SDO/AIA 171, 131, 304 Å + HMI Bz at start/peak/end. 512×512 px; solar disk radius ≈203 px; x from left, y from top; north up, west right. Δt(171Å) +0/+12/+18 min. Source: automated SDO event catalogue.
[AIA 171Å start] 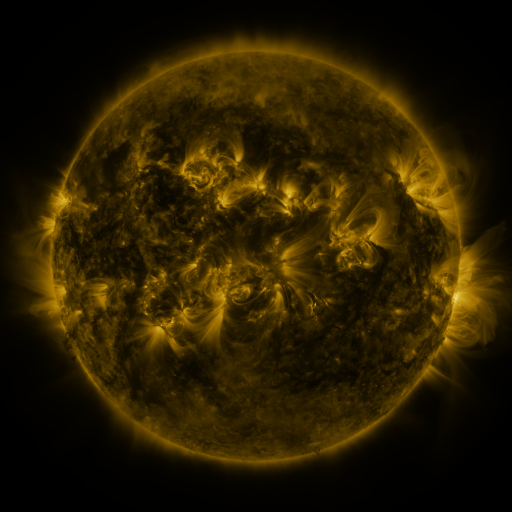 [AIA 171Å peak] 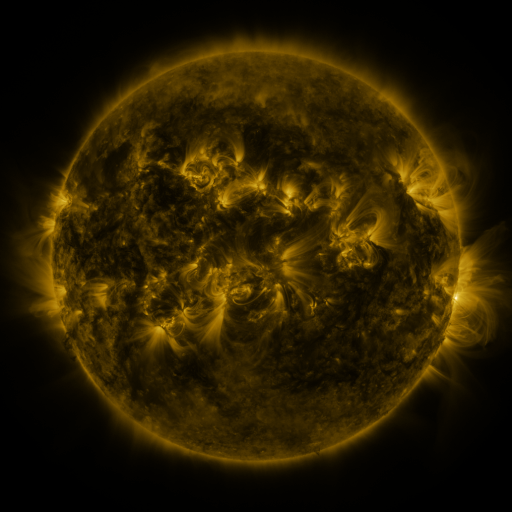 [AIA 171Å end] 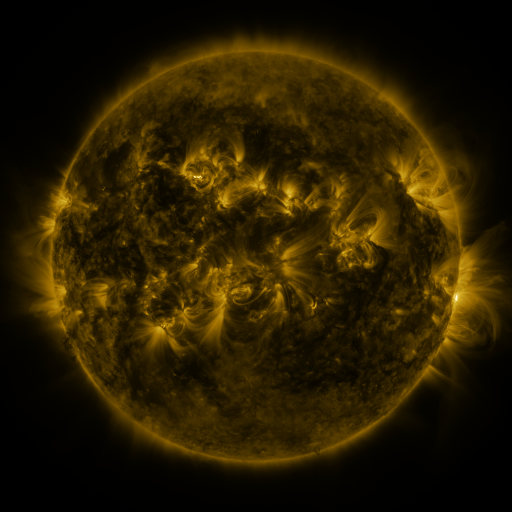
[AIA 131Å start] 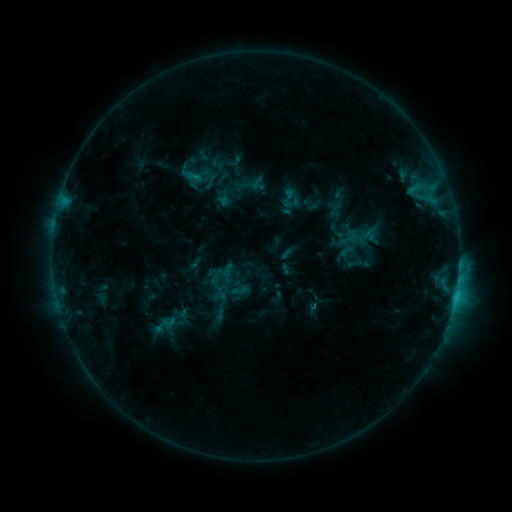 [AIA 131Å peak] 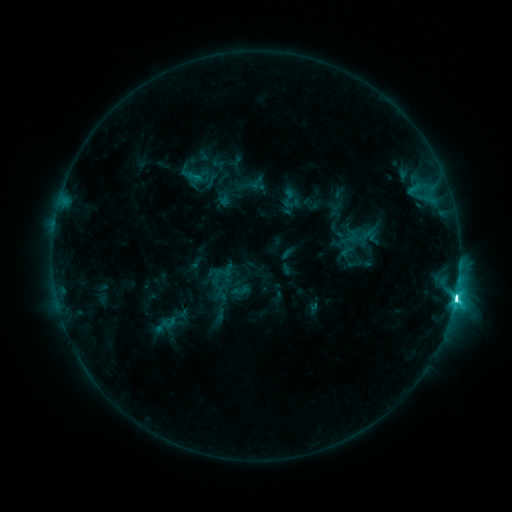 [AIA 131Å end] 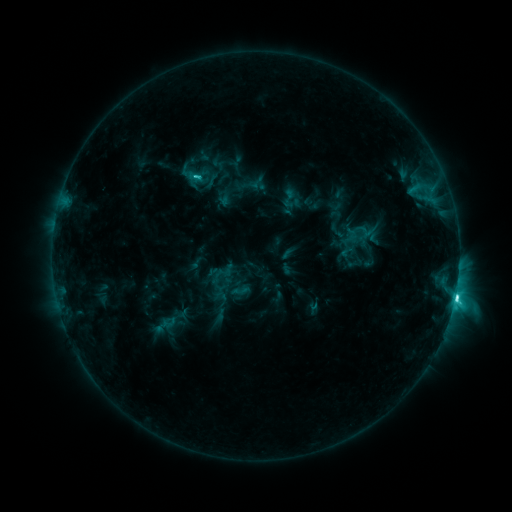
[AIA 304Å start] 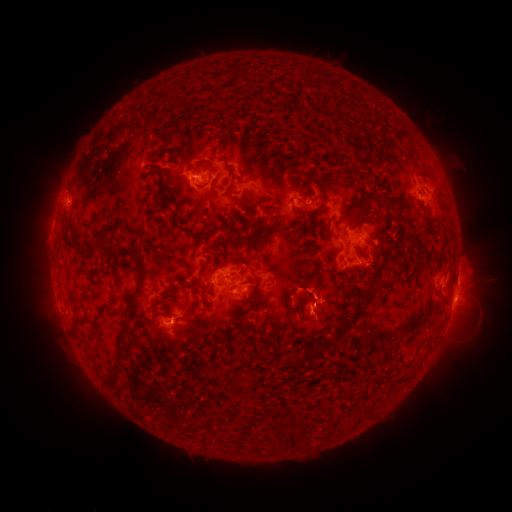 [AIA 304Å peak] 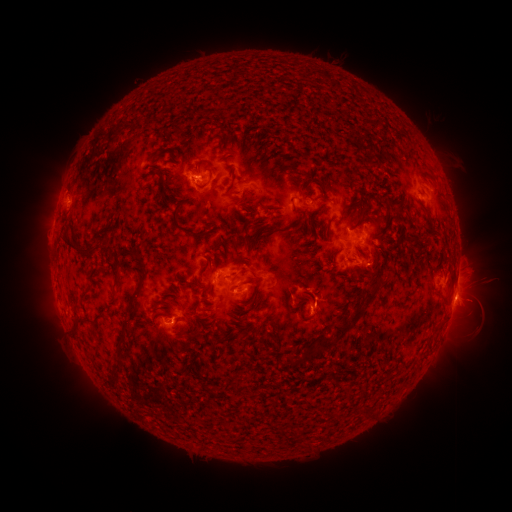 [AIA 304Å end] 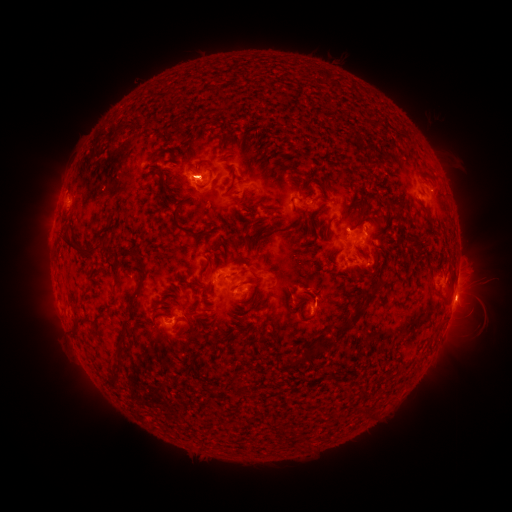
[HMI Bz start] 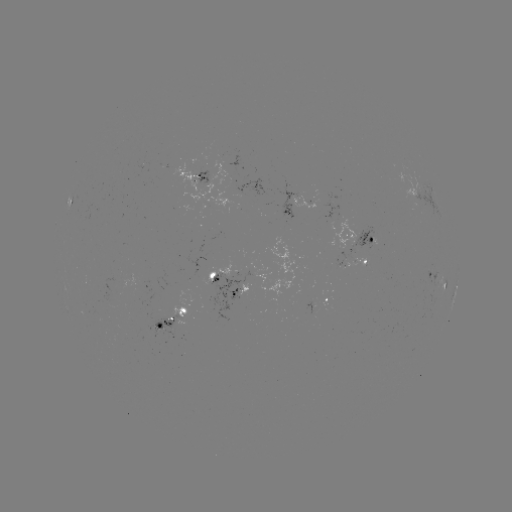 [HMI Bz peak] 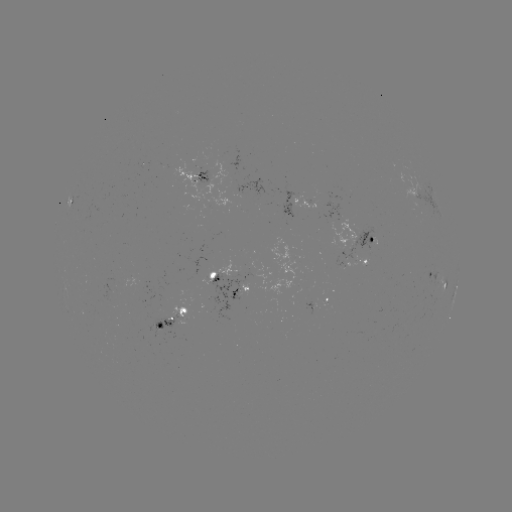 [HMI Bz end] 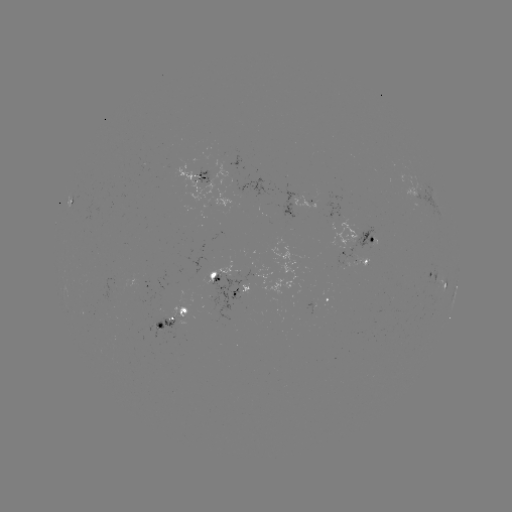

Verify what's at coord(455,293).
C8.7 flare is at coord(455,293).